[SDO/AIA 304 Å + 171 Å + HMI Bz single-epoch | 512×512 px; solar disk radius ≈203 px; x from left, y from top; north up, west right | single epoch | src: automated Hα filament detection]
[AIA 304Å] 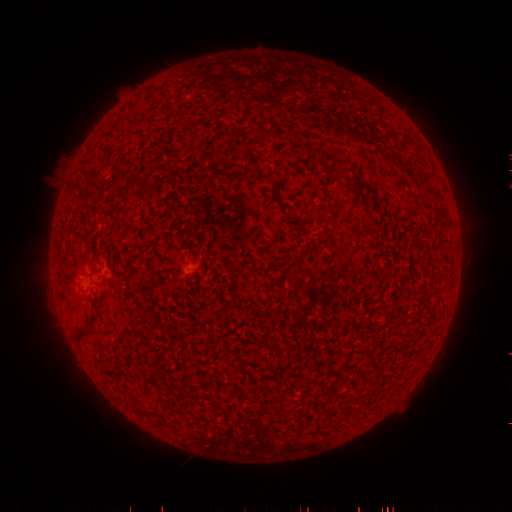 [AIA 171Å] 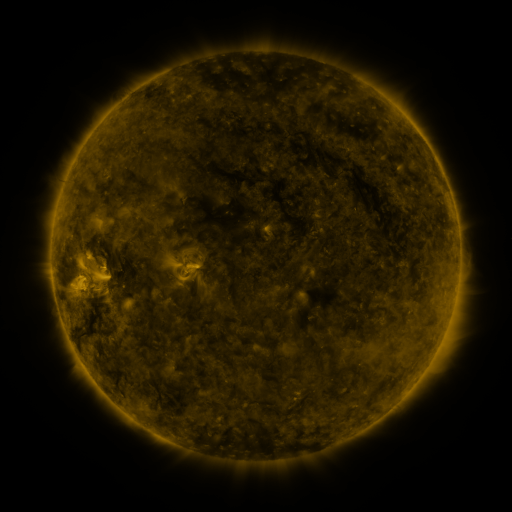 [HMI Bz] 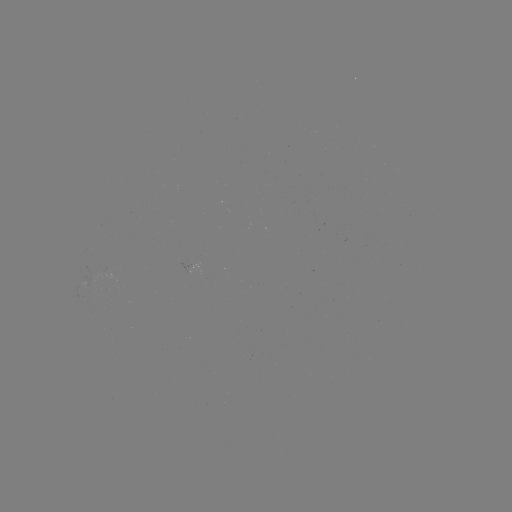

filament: (74, 329, 89, 341)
